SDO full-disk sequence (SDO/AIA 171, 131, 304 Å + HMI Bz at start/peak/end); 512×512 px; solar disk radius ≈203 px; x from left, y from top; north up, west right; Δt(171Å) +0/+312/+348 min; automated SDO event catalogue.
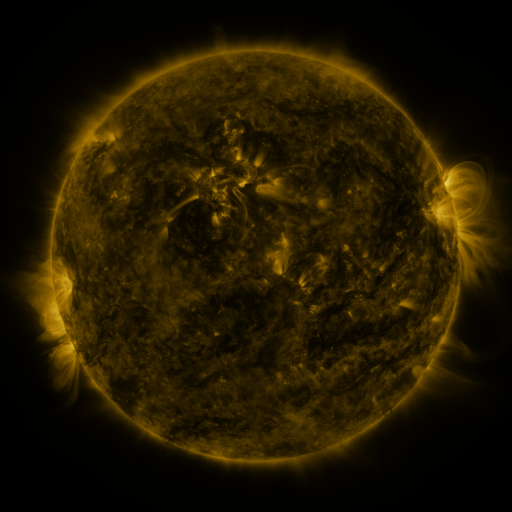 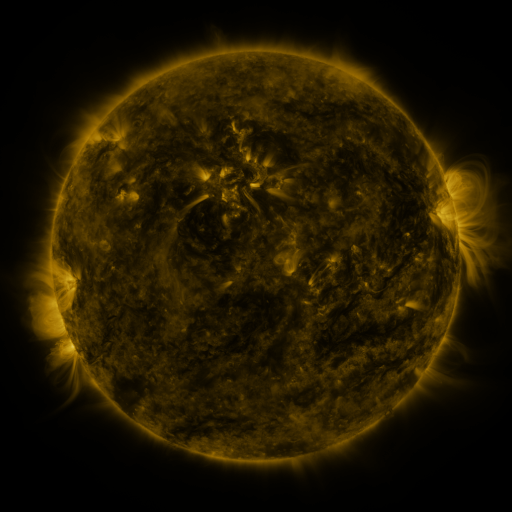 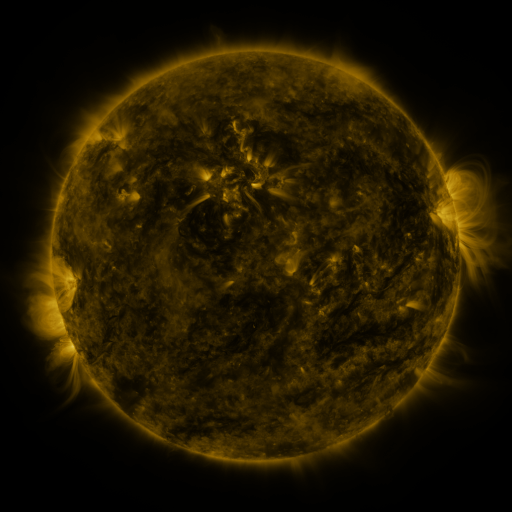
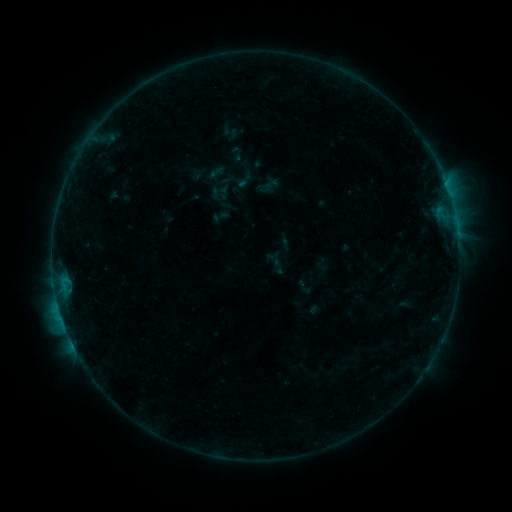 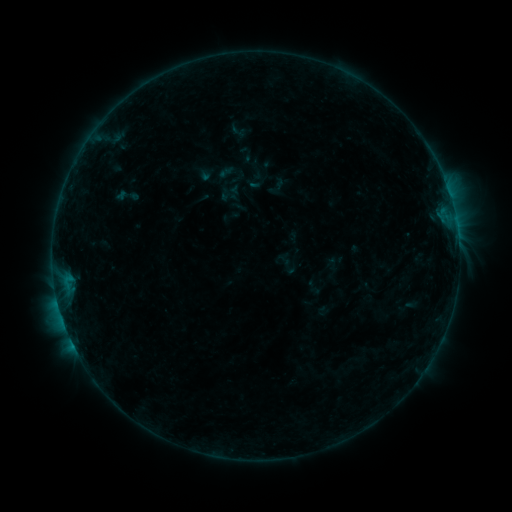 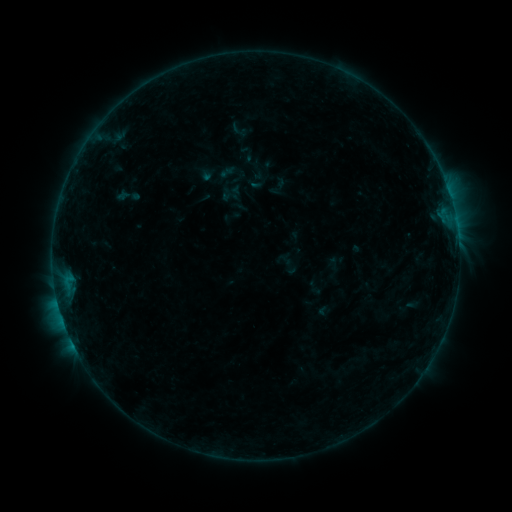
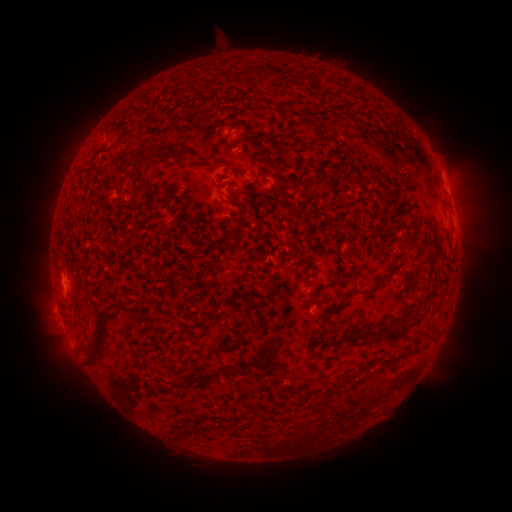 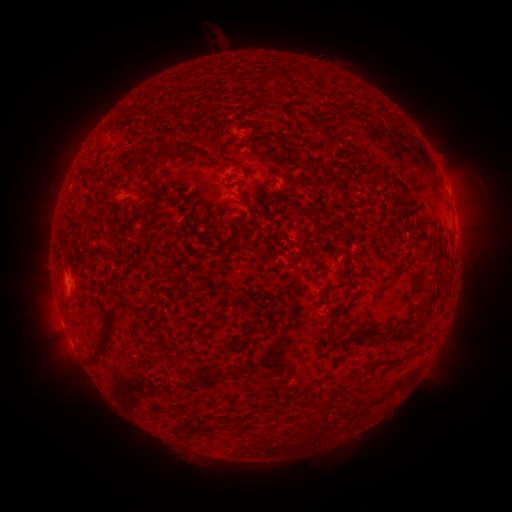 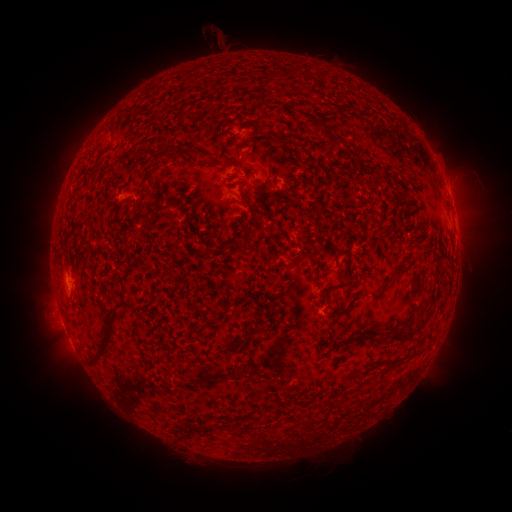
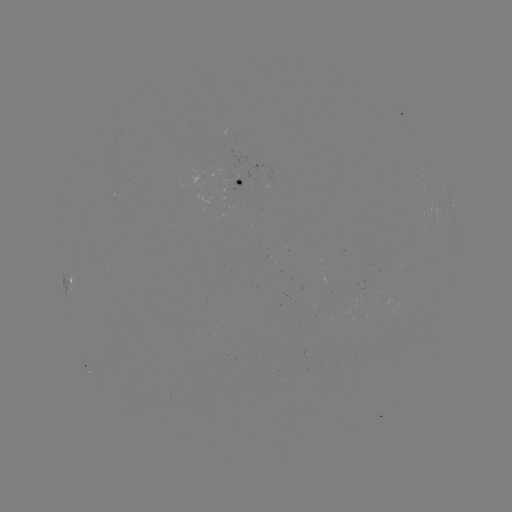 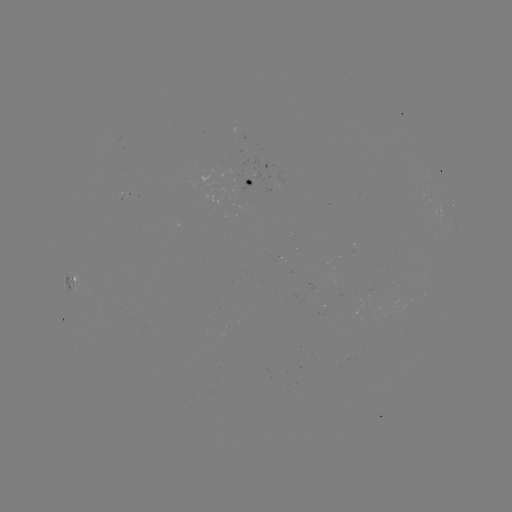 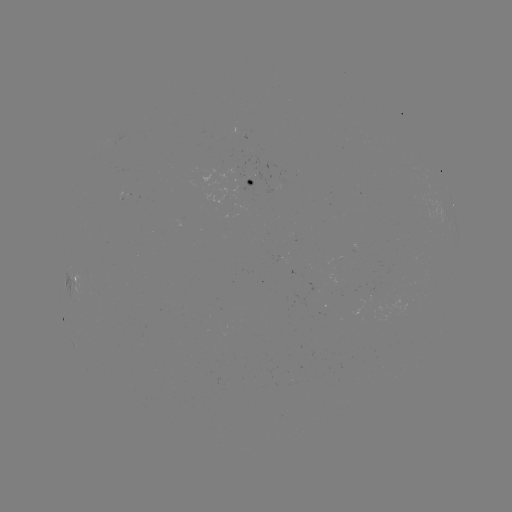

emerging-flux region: <bbox>117, 193, 128, 203</bbox>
